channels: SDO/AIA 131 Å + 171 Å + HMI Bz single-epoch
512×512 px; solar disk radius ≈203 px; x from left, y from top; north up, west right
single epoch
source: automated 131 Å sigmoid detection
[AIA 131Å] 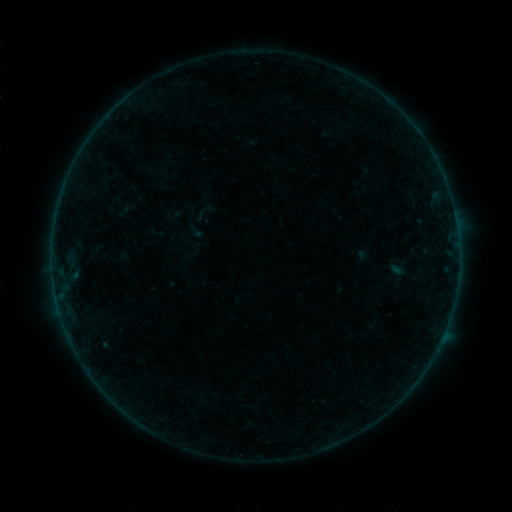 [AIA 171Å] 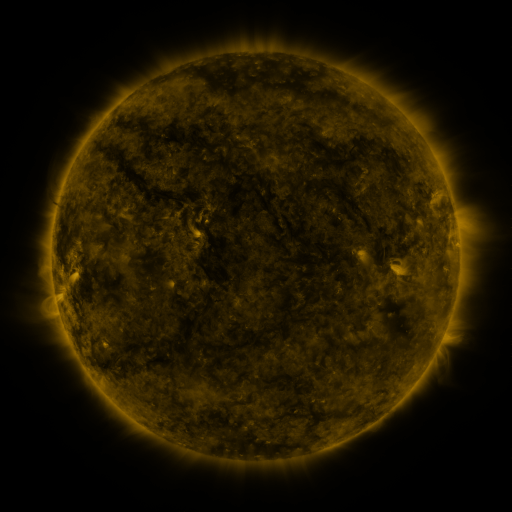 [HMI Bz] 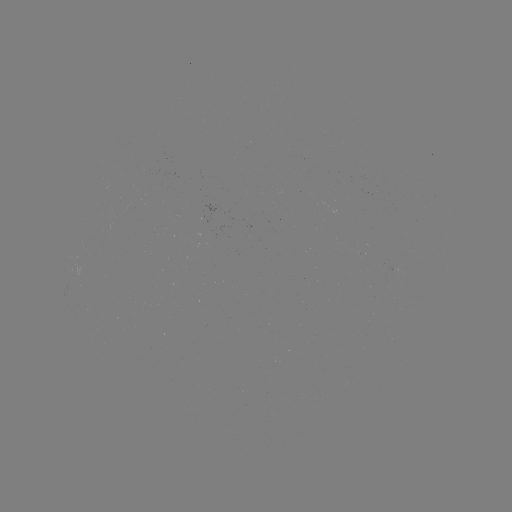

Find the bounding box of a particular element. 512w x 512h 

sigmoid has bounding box [192, 204, 212, 224].